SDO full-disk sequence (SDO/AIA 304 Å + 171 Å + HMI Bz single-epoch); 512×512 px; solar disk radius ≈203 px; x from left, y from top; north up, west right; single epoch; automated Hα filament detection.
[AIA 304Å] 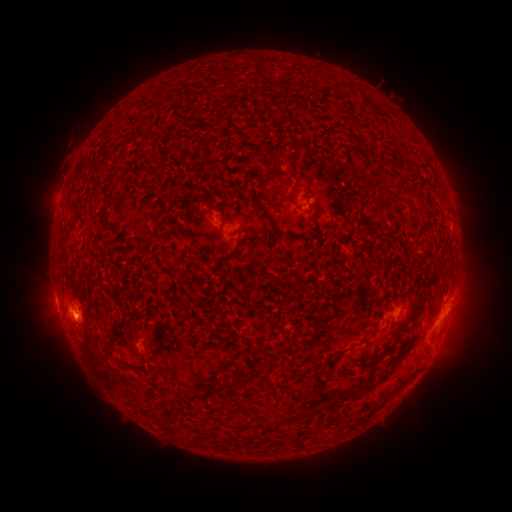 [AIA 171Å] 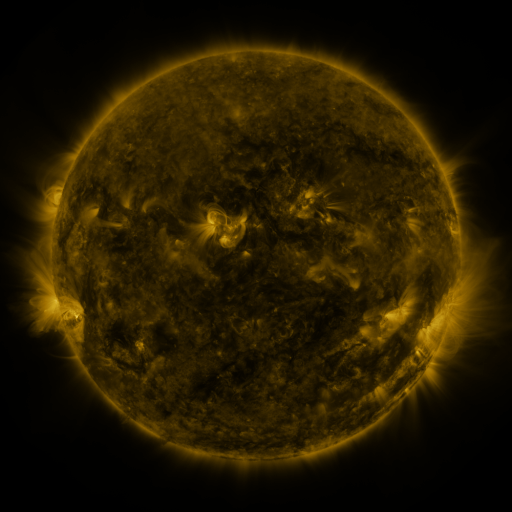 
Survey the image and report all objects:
filament: <bbox>288, 167, 297, 177</bbox>
filament: <bbox>254, 201, 282, 239</bbox>
filament: <bbox>219, 222, 236, 237</bbox>
filament: <bbox>289, 234, 313, 243</bbox>
filament: <bbox>221, 249, 241, 262</bbox>
filament: <bbox>378, 303, 420, 358</bbox>
filament: <bbox>367, 325, 376, 340</bbox>
filament: <bbox>103, 335, 115, 354</bbox>
filament: <bbox>346, 343, 355, 352</bbox>
filament: <bbox>265, 356, 282, 370</bbox>
filament: <bbox>221, 376, 235, 392</bbox>
filament: <bbox>163, 410, 175, 426</bbox>
